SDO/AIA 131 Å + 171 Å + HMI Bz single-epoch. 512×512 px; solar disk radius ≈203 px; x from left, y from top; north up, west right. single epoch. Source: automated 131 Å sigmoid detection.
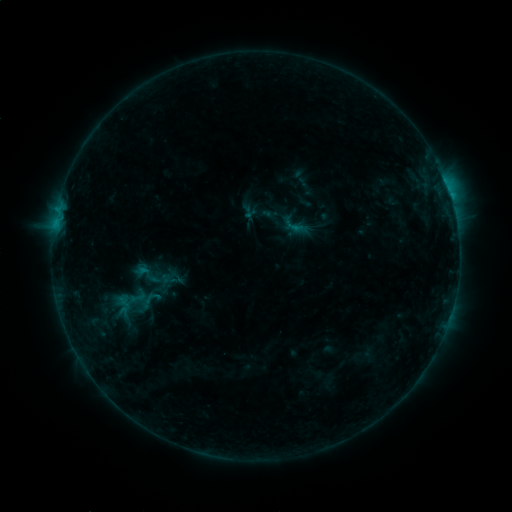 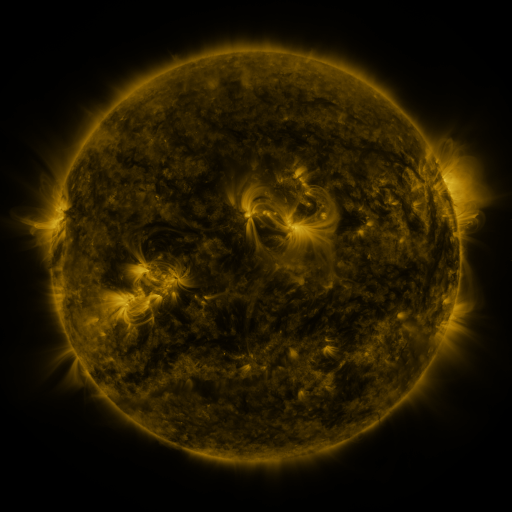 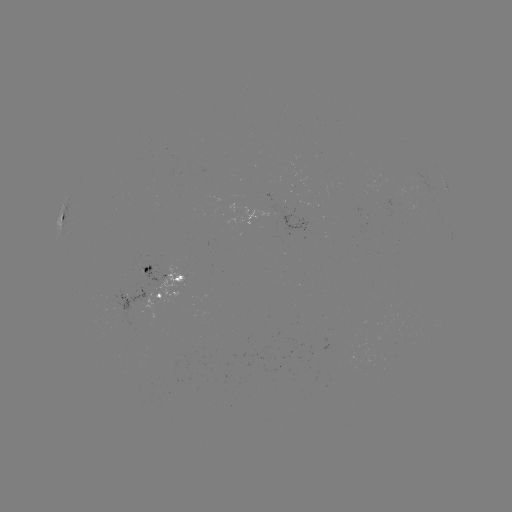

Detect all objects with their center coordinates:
sigmoid: (128, 258, 164, 289)
